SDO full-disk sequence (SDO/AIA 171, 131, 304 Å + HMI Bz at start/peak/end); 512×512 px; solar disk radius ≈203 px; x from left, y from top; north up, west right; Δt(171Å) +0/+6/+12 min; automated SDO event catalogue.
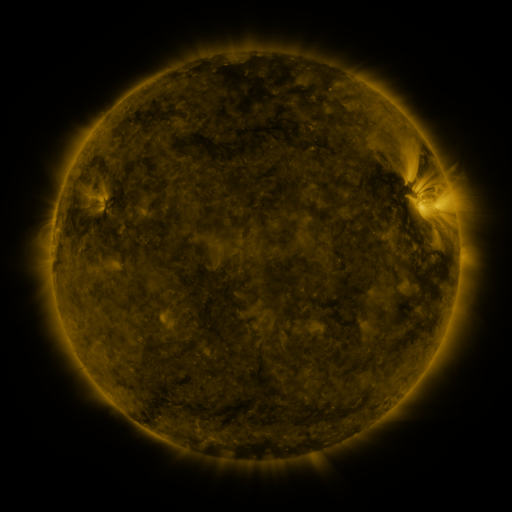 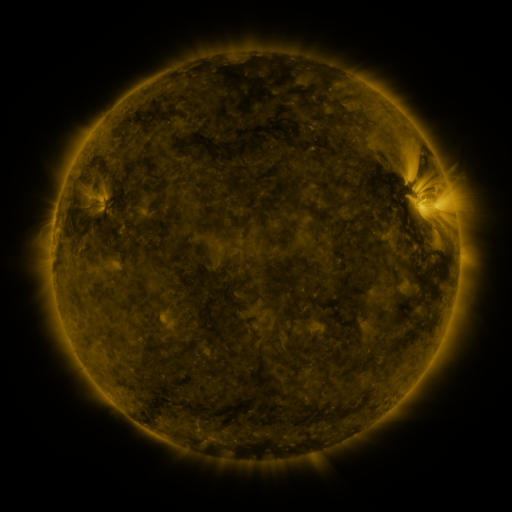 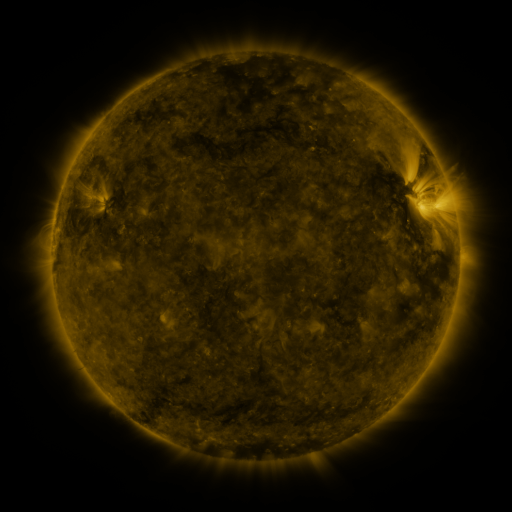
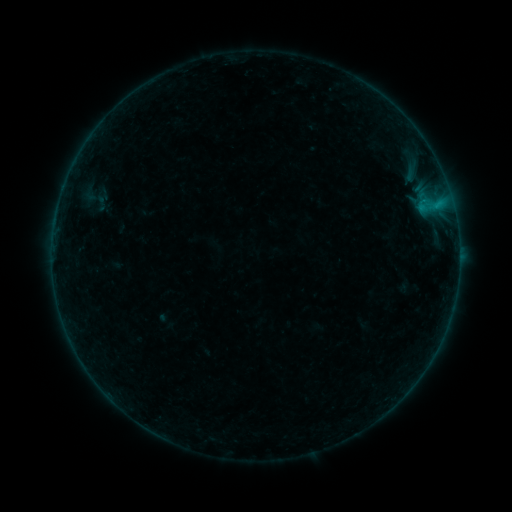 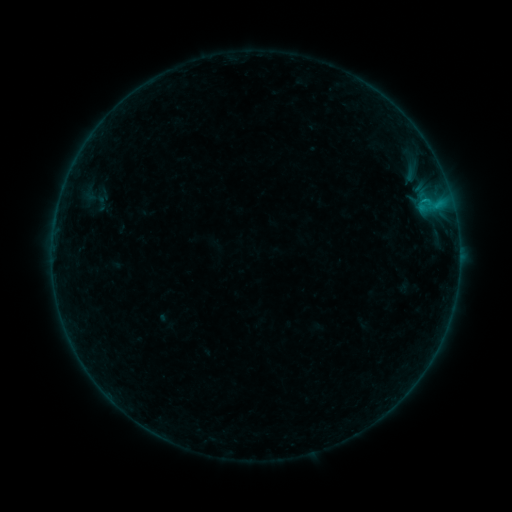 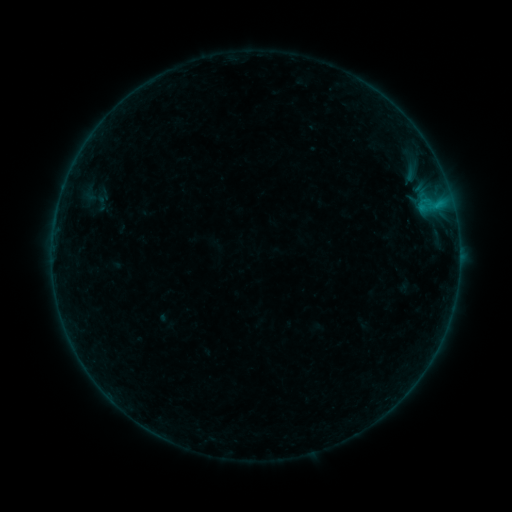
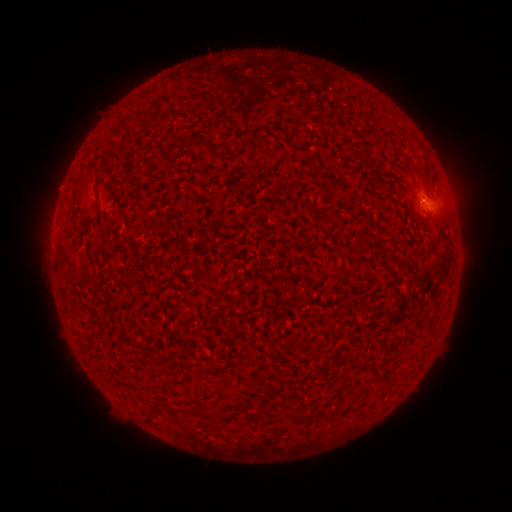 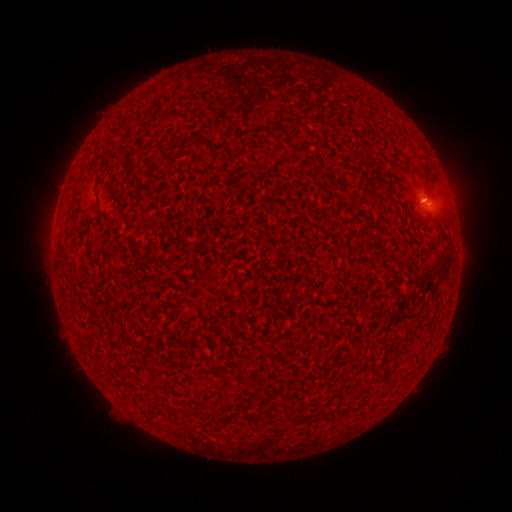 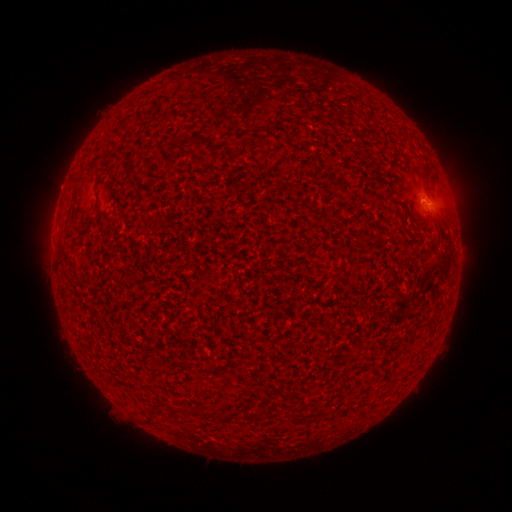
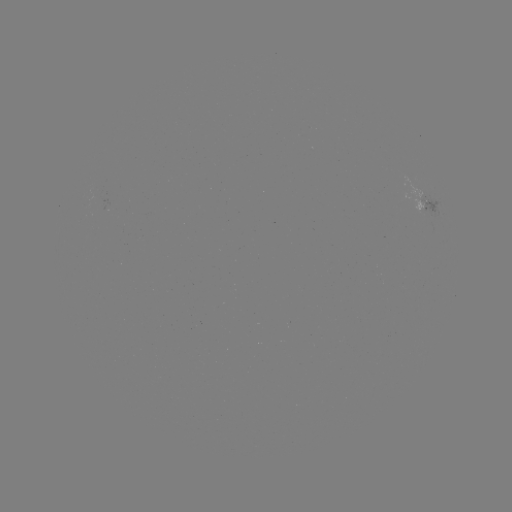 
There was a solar flare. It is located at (426, 202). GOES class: B1.6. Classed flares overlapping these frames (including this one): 1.